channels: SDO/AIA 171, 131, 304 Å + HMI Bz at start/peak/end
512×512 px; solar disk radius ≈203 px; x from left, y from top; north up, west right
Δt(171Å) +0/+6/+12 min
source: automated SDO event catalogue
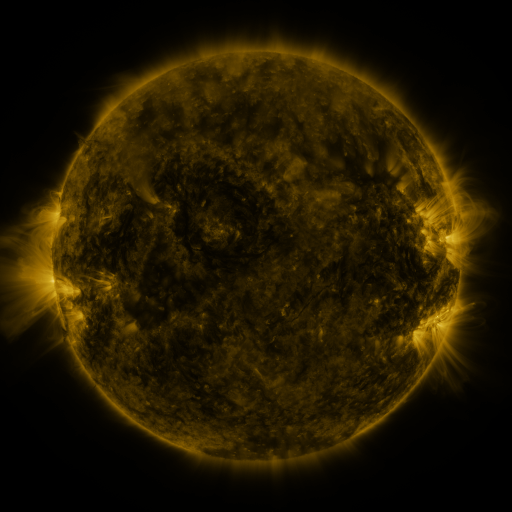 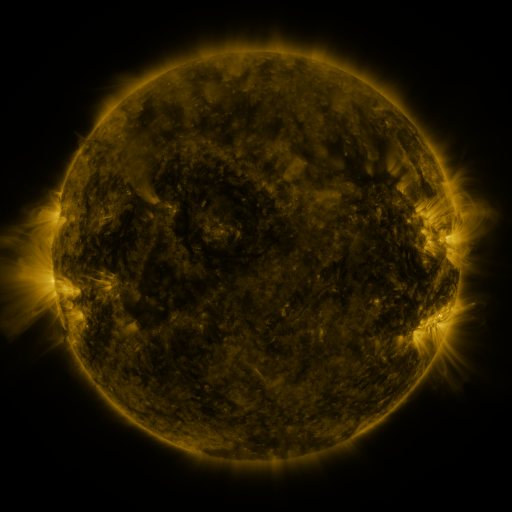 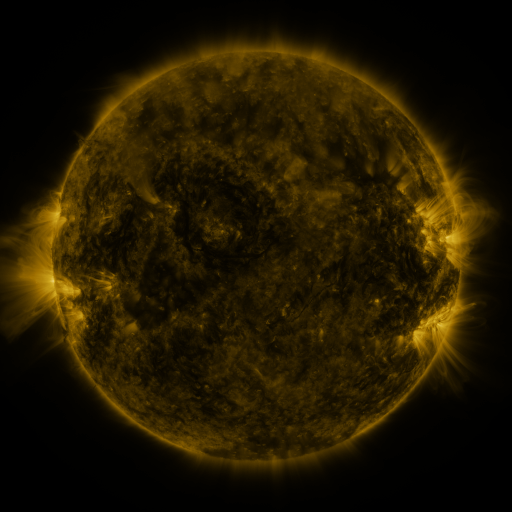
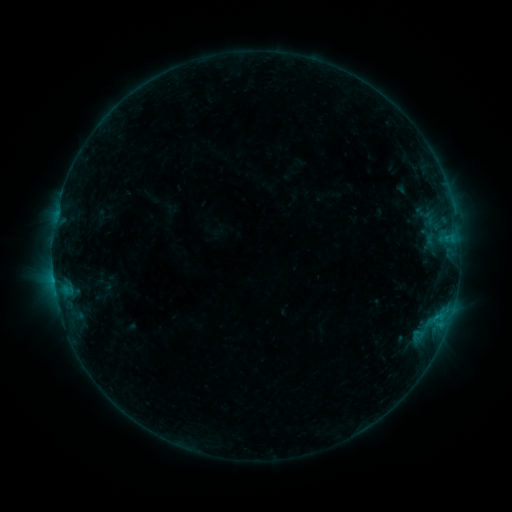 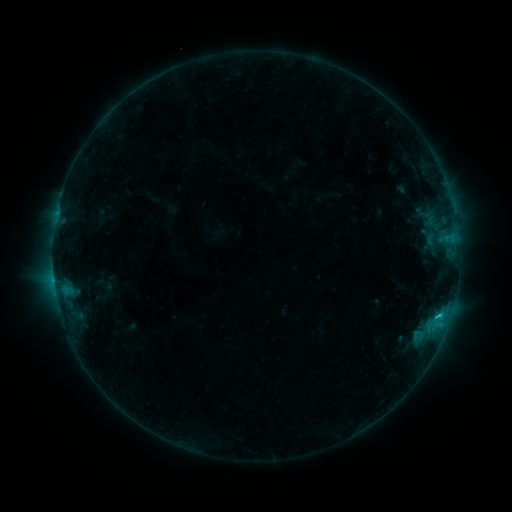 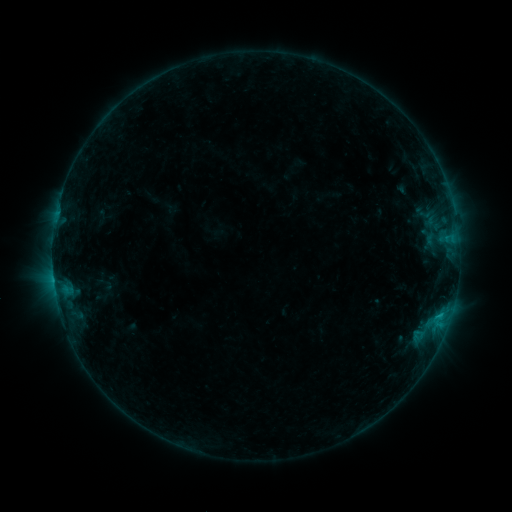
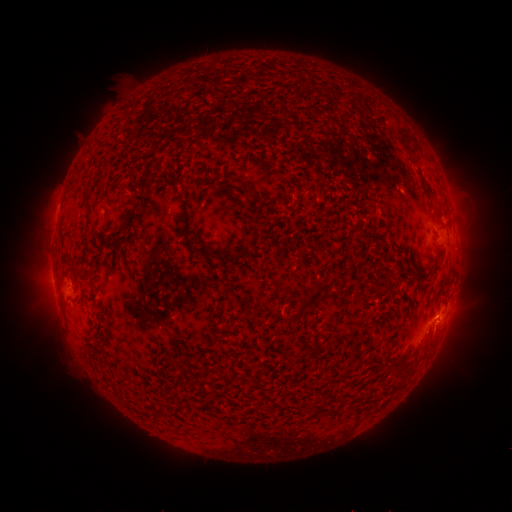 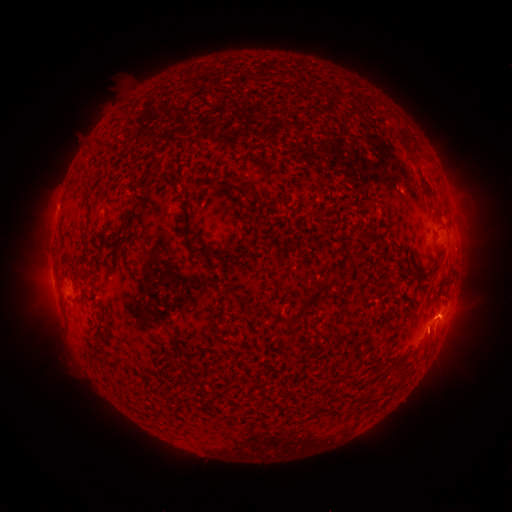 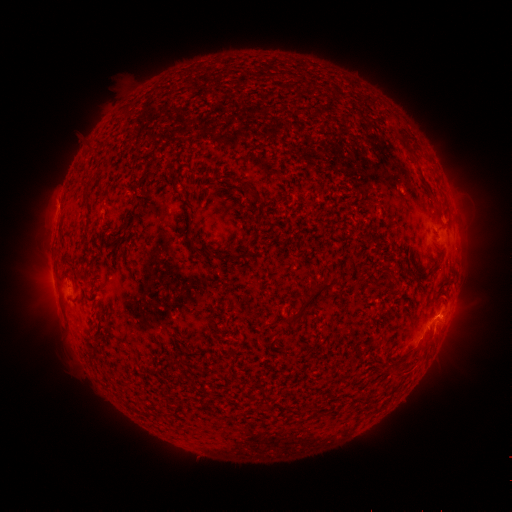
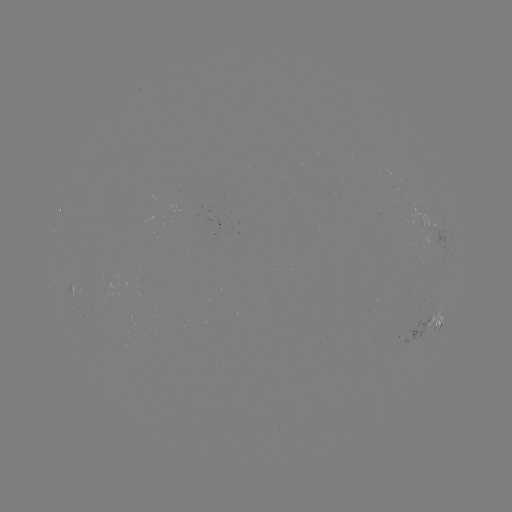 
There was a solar eruption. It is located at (431, 334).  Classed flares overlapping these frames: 1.